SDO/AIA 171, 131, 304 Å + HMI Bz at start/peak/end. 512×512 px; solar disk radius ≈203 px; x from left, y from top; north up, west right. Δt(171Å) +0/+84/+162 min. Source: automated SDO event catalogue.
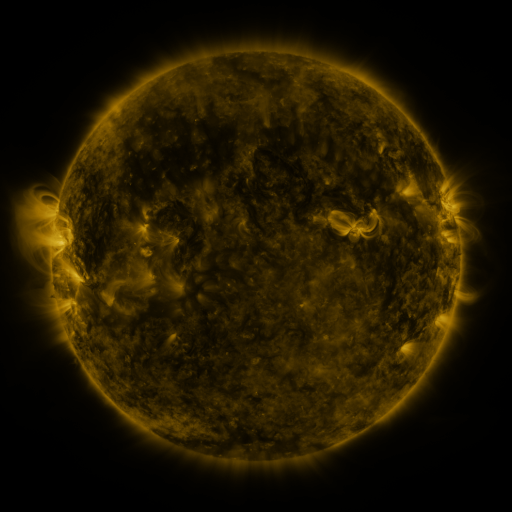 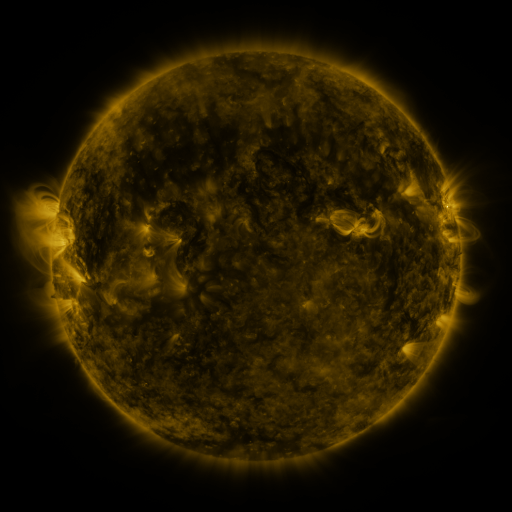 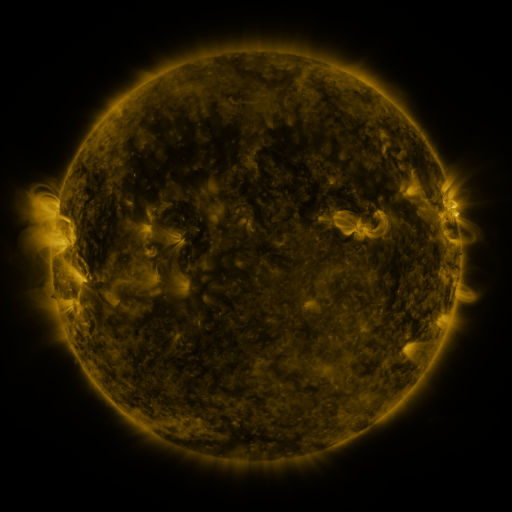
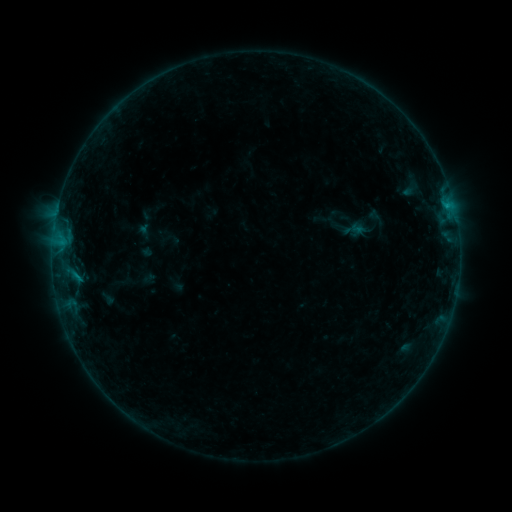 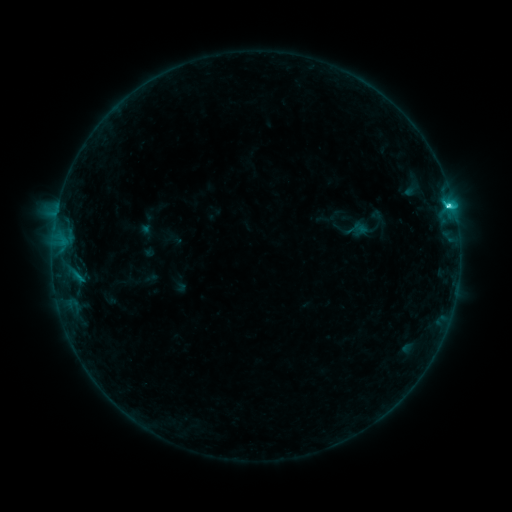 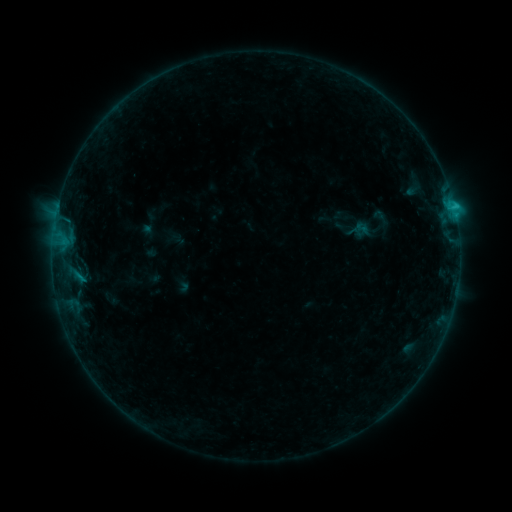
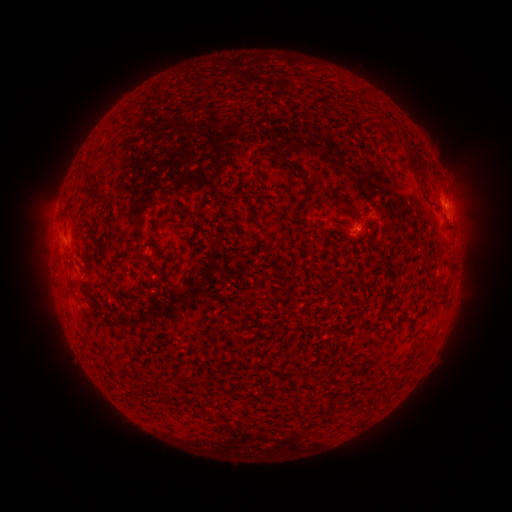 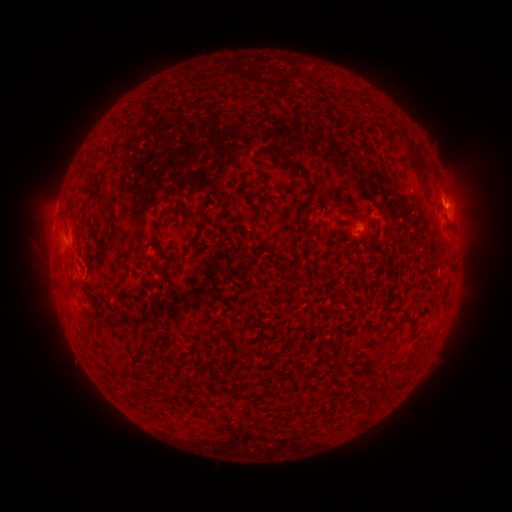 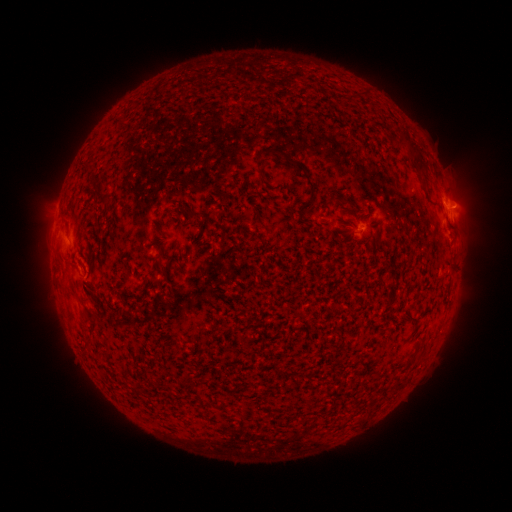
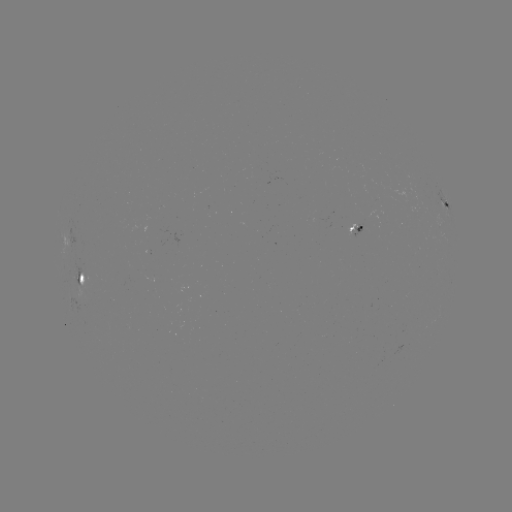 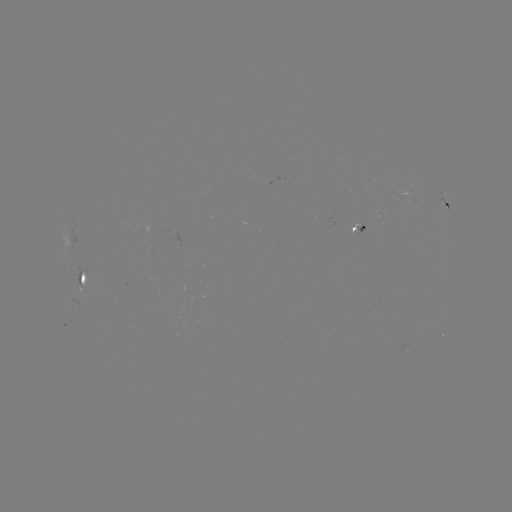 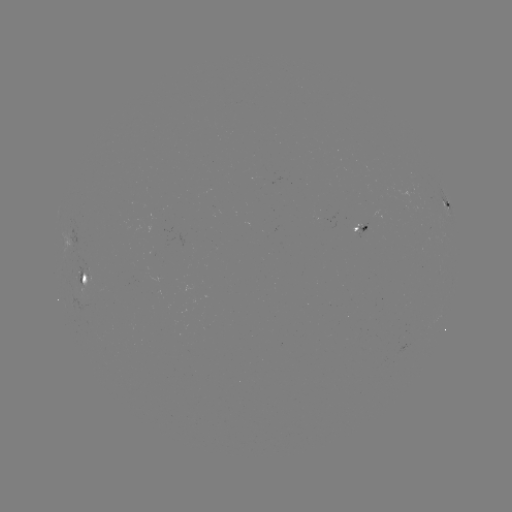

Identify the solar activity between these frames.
filament eruption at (40, 228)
